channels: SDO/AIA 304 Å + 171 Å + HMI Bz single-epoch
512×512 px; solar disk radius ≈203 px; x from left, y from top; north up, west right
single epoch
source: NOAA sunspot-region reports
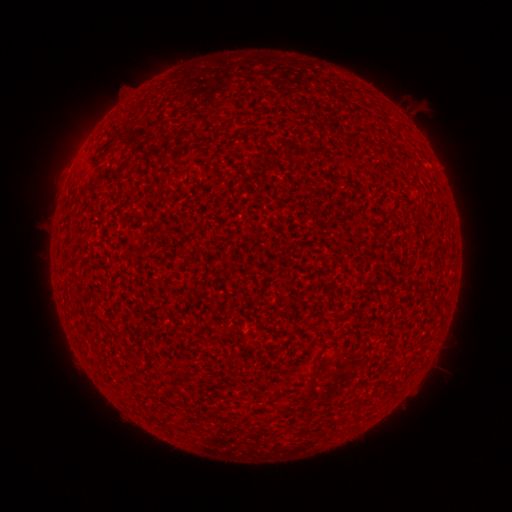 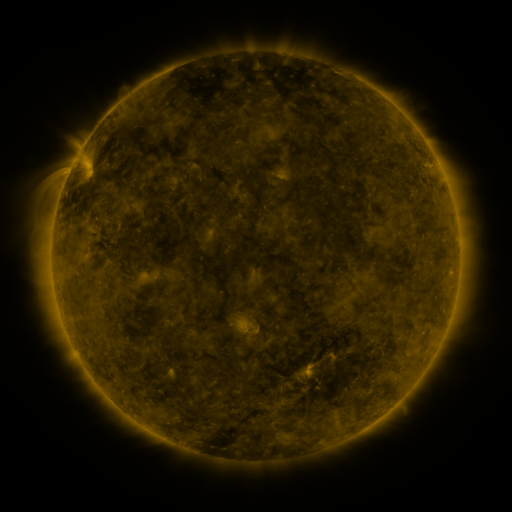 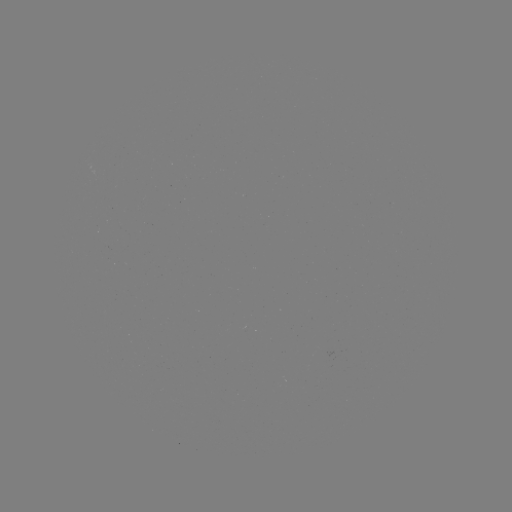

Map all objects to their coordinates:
(none)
